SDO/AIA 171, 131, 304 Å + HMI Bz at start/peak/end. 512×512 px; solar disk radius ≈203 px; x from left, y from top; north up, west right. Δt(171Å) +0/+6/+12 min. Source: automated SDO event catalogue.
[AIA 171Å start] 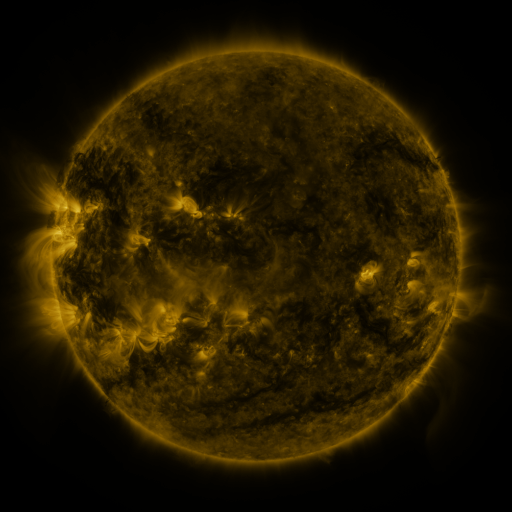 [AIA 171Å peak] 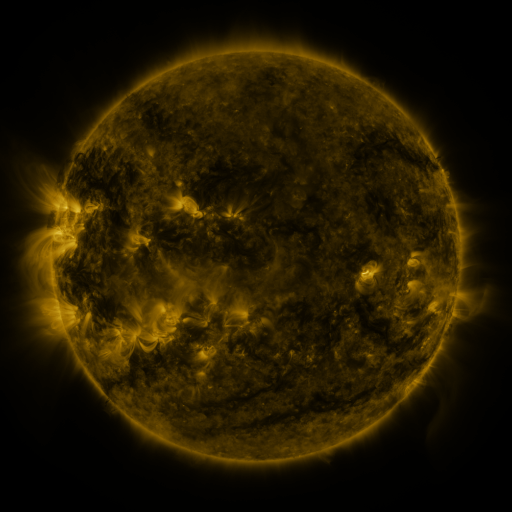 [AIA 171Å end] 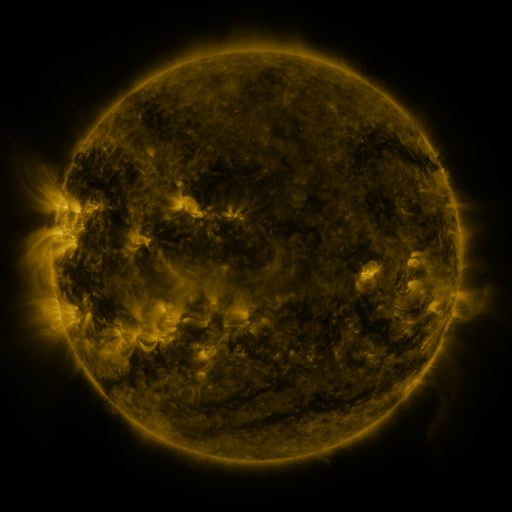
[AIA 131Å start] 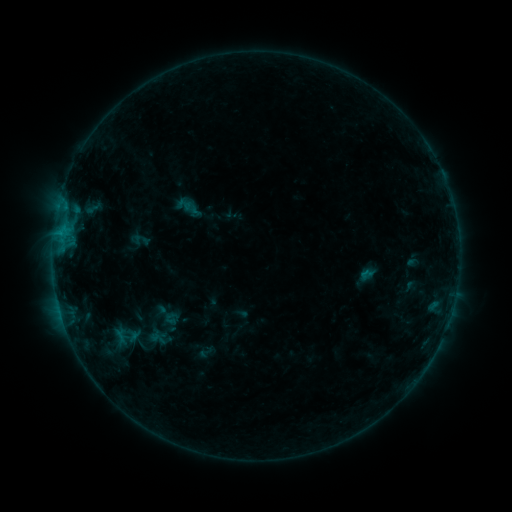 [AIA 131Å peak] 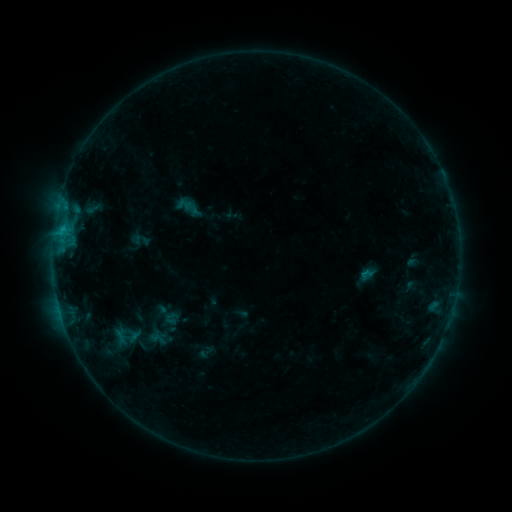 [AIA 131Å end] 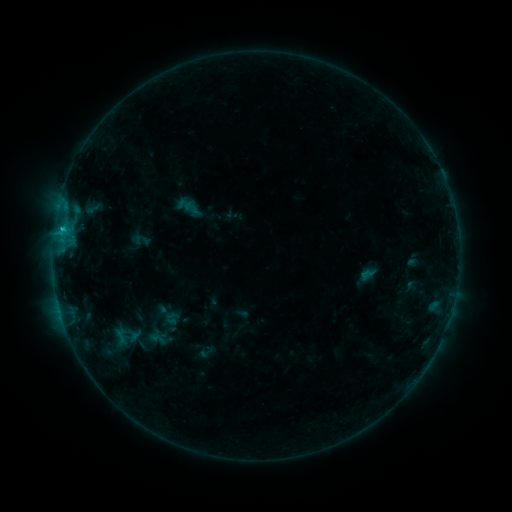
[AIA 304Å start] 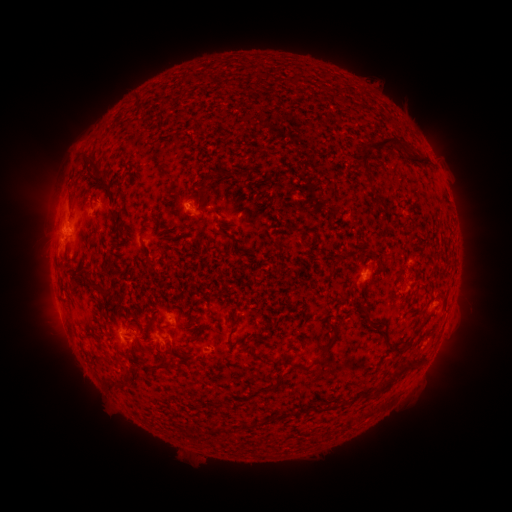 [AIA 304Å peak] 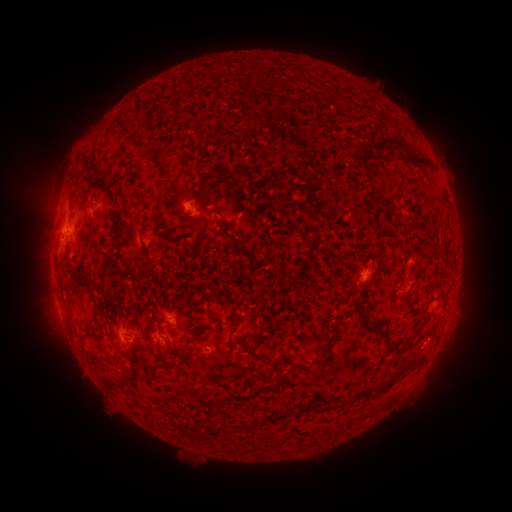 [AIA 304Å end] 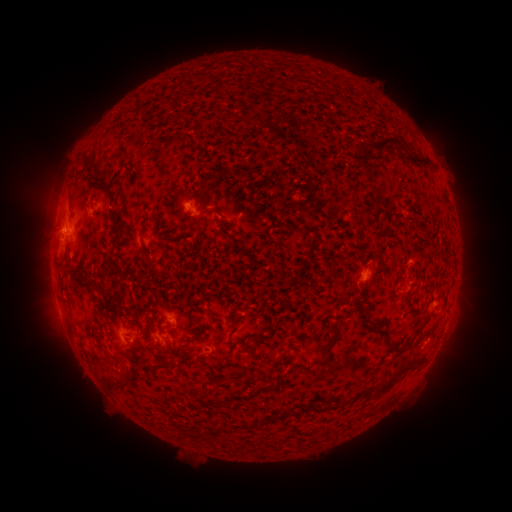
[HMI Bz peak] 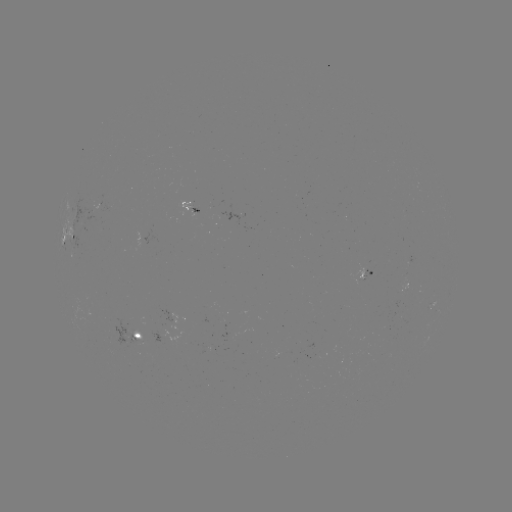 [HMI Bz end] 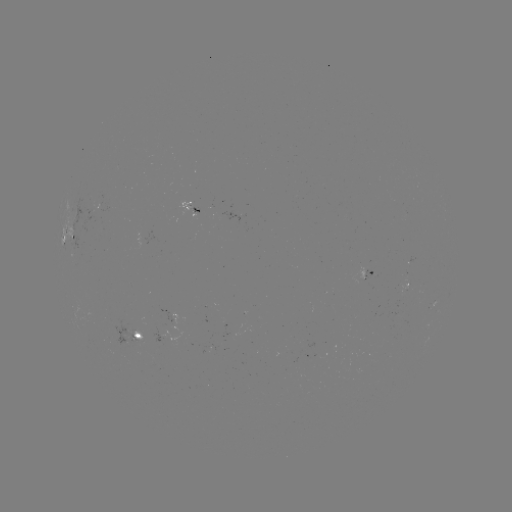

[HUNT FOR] B6.8 flare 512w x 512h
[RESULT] (62, 231)